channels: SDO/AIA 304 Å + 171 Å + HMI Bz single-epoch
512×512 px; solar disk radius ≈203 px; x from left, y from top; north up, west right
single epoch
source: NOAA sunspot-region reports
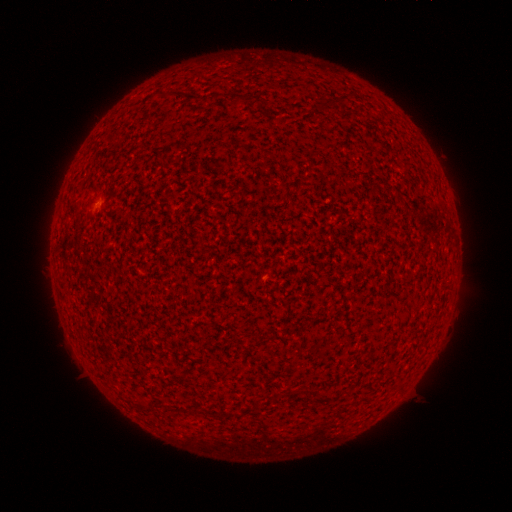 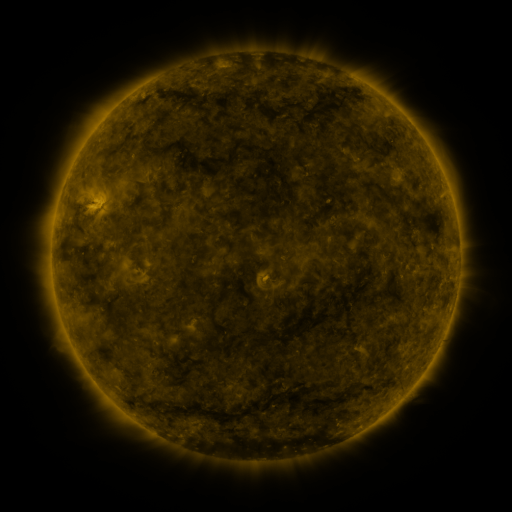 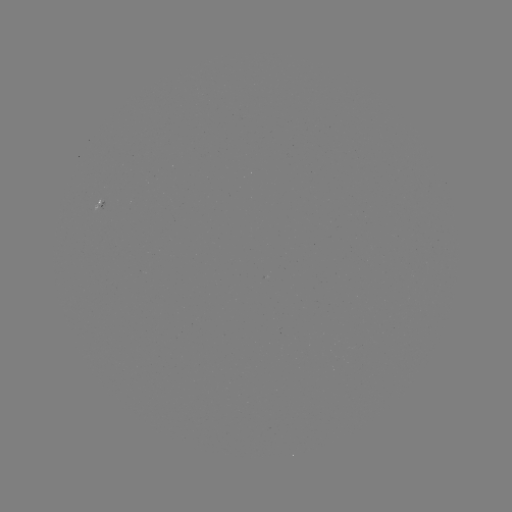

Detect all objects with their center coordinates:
spotted active region: (100, 208)
